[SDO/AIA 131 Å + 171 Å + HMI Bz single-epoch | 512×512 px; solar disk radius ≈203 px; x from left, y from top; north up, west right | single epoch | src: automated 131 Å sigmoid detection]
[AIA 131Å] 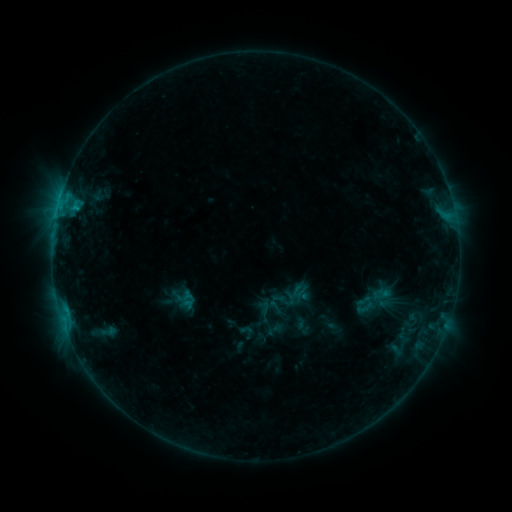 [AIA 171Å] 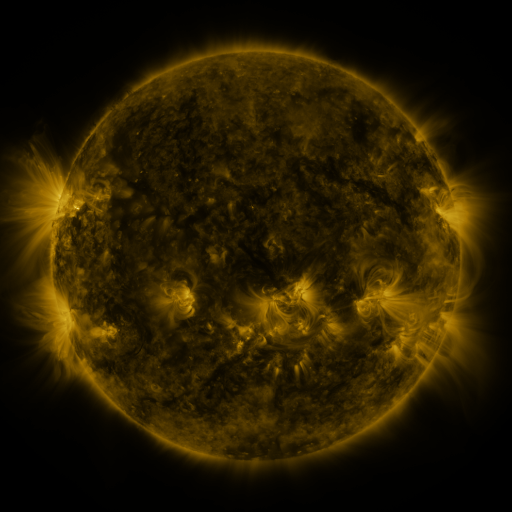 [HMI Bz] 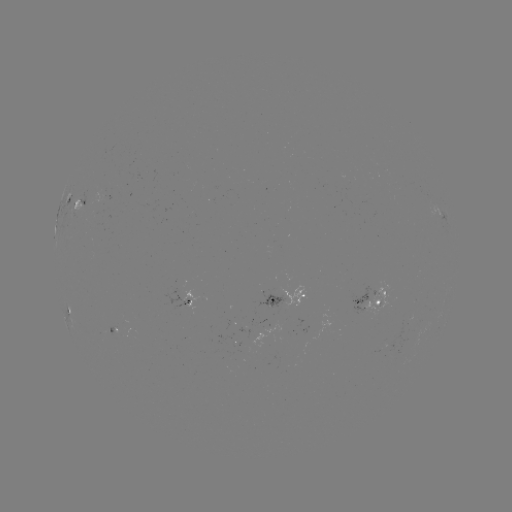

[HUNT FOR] sigmoid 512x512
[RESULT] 365,307